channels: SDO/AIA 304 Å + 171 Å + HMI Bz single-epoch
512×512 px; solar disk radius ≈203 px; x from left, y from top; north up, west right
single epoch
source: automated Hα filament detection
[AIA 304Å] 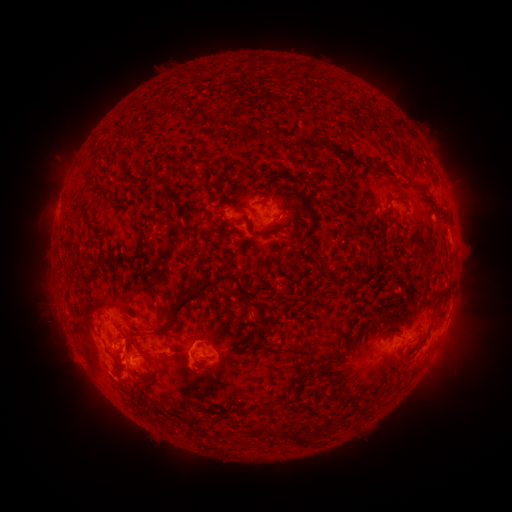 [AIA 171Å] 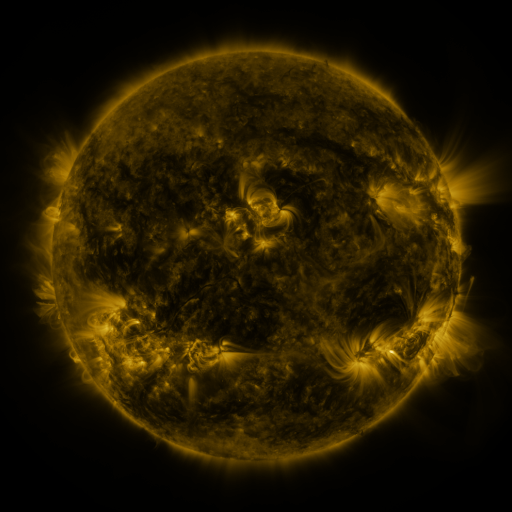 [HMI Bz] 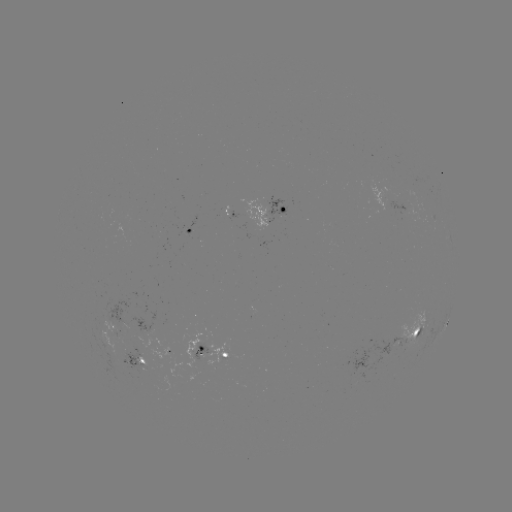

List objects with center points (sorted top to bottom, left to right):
filament: [285, 66, 296, 76]
filament: [235, 104, 242, 120]
filament: [392, 119, 403, 130]
filament: [188, 158, 200, 174]
filament: [387, 197, 409, 205]
filament: [212, 208, 225, 216]
filament: [309, 208, 318, 223]
filament: [283, 215, 291, 224]
filament: [267, 222, 281, 229]
filament: [126, 271, 251, 335]
filament: [313, 339, 339, 349]
filament: [194, 342, 203, 351]
filament: [288, 343, 307, 356]
filament: [137, 356, 145, 364]
filament: [290, 428, 305, 446]
